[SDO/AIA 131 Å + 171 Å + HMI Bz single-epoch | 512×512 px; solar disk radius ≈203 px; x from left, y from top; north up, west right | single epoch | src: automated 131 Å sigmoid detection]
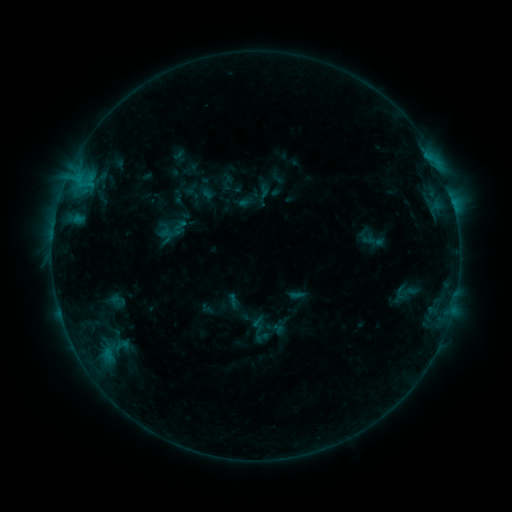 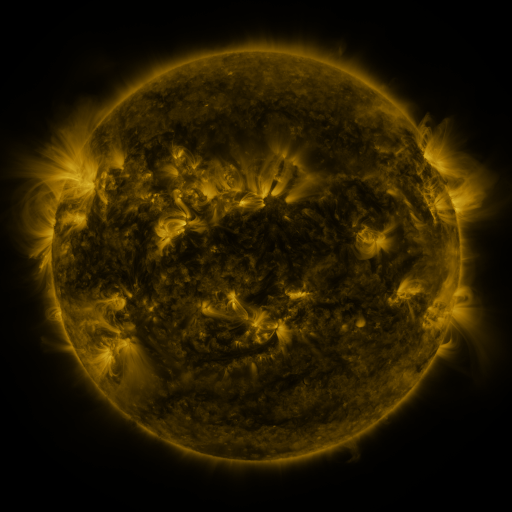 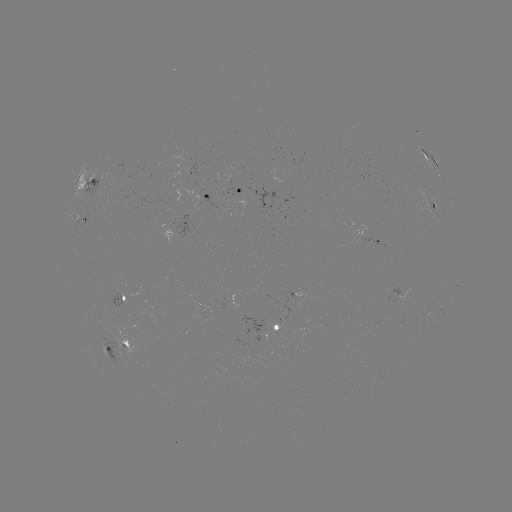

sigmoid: (393, 280, 414, 304)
